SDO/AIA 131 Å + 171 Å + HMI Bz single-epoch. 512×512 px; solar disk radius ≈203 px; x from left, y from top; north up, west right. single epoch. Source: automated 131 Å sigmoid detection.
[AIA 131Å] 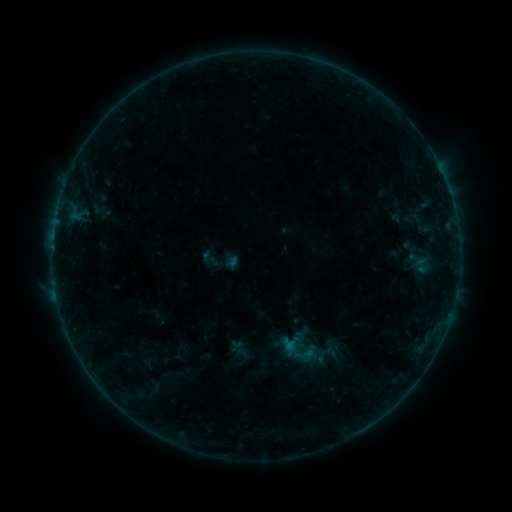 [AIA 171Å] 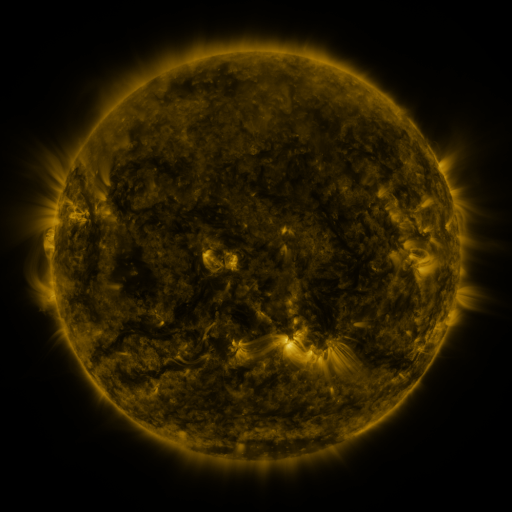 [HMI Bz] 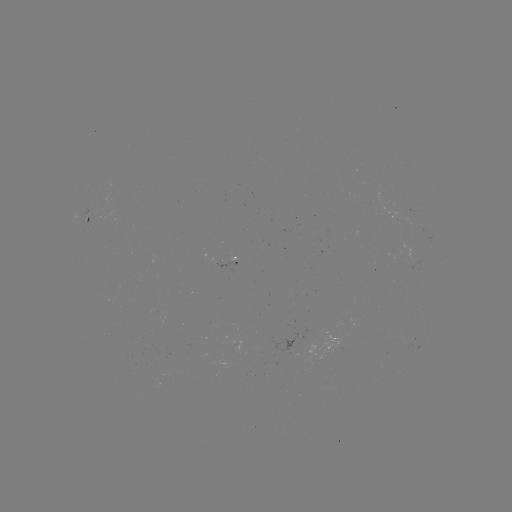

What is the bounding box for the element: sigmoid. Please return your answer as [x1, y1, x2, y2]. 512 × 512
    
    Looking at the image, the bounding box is [294, 344, 315, 365].